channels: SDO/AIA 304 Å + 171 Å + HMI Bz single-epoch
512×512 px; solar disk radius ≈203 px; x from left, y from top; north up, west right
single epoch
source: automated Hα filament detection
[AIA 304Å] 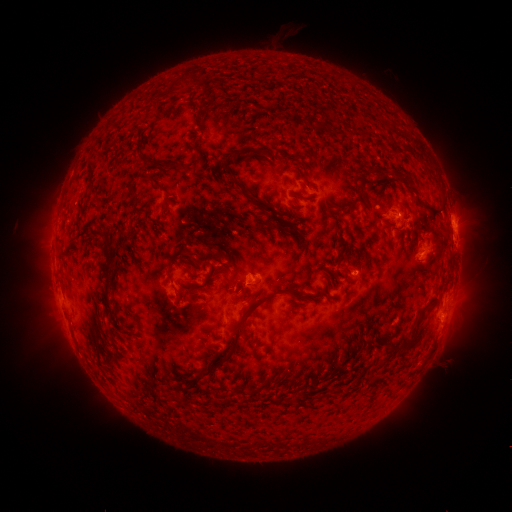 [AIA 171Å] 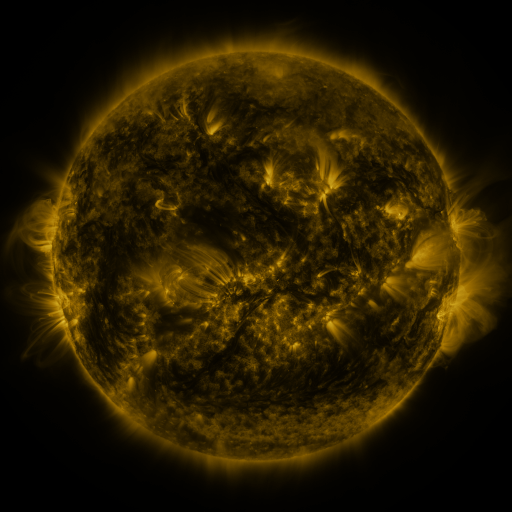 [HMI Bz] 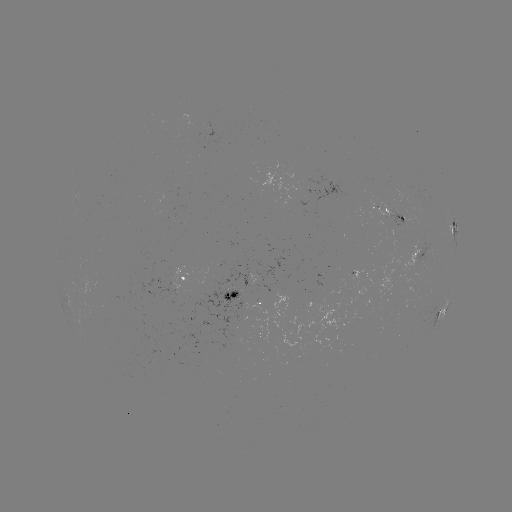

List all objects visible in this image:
filament: (167, 92)
filament: (196, 115)
filament: (193, 145)
filament: (257, 153)
filament: (235, 154)
filament: (166, 165)
filament: (231, 178)
filament: (156, 183)
filament: (130, 195)
filament: (360, 195)
filament: (424, 202)
filament: (257, 204)
filament: (345, 204)
filament: (98, 236)
filament: (185, 254)
filament: (108, 263)
filament: (209, 280)
filament: (297, 292)
filament: (253, 307)
filament: (416, 339)
filament: (393, 346)
filament: (222, 360)
